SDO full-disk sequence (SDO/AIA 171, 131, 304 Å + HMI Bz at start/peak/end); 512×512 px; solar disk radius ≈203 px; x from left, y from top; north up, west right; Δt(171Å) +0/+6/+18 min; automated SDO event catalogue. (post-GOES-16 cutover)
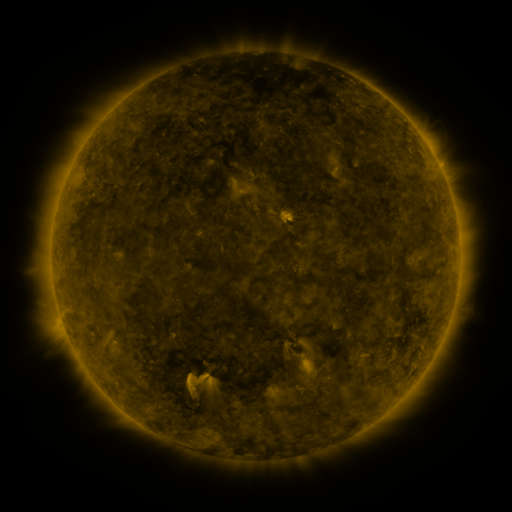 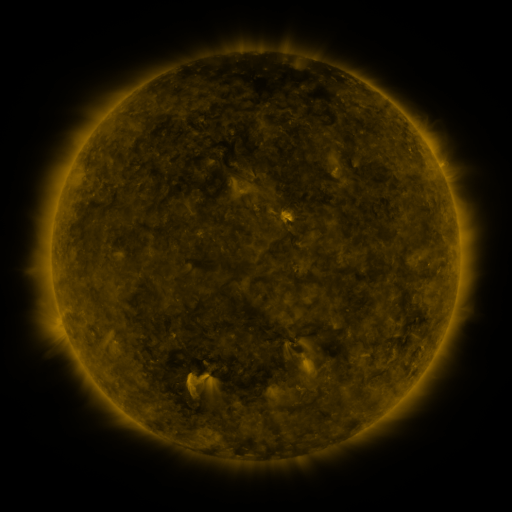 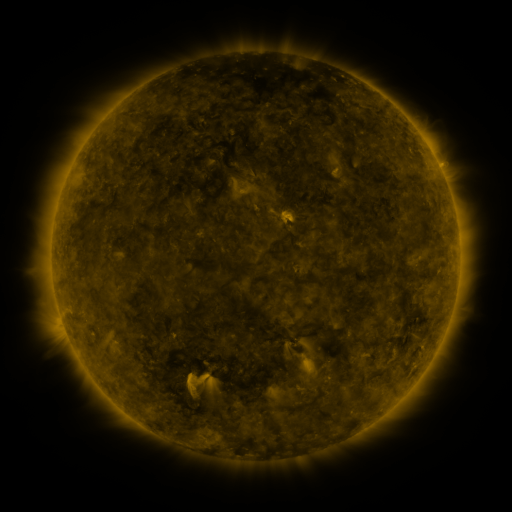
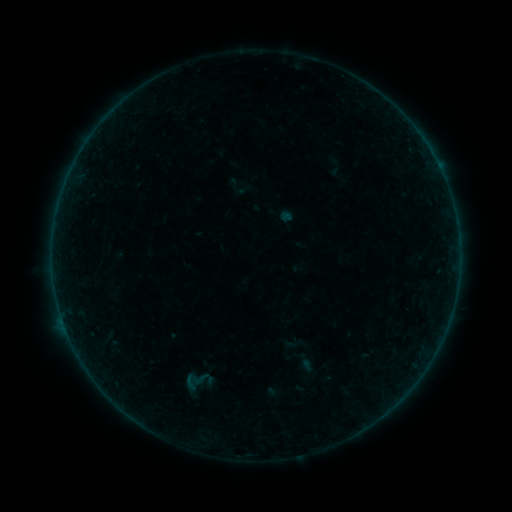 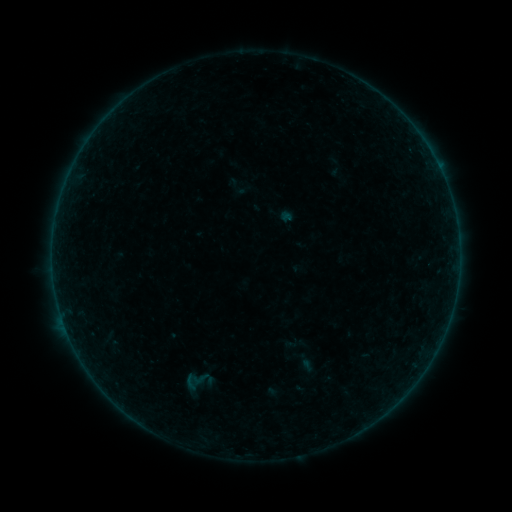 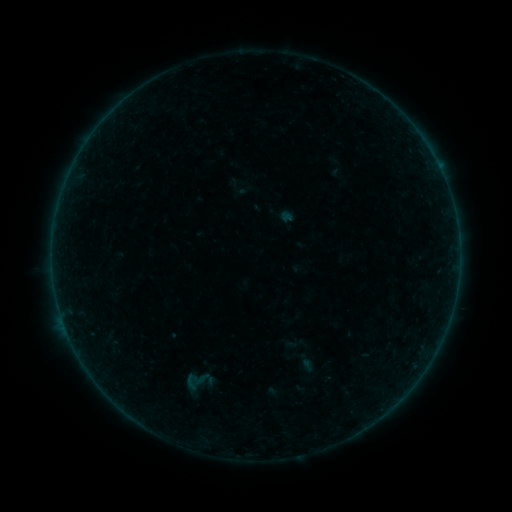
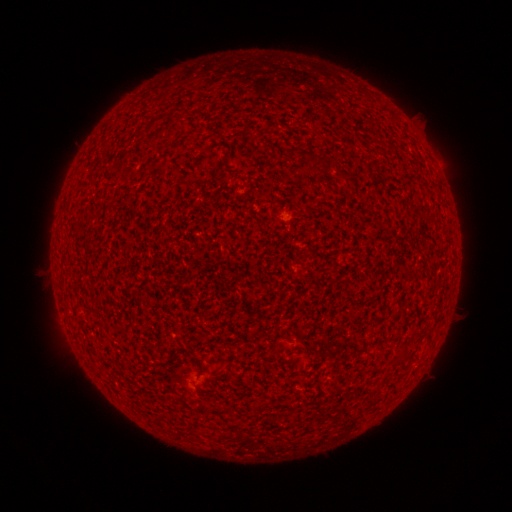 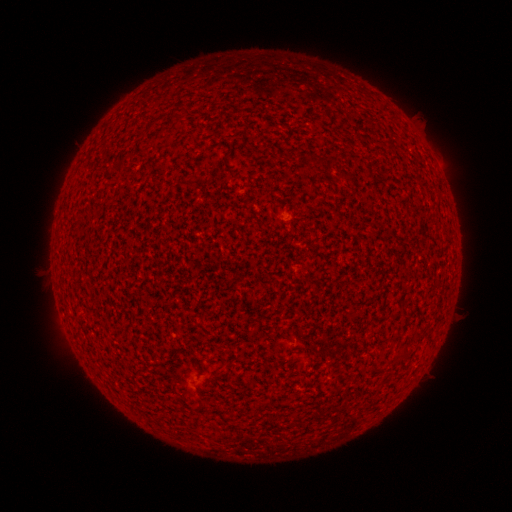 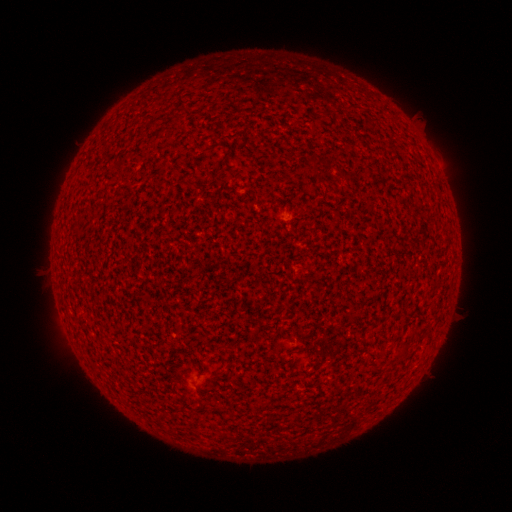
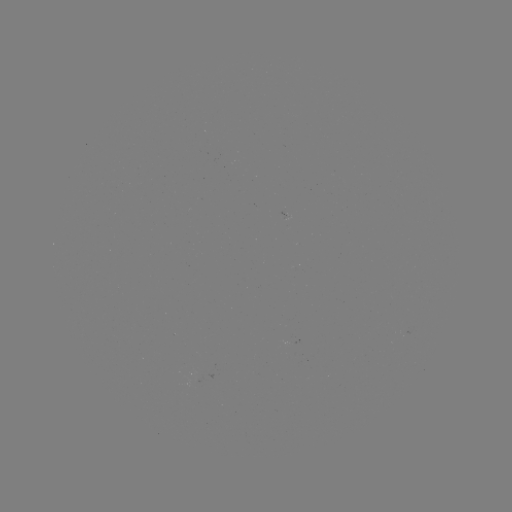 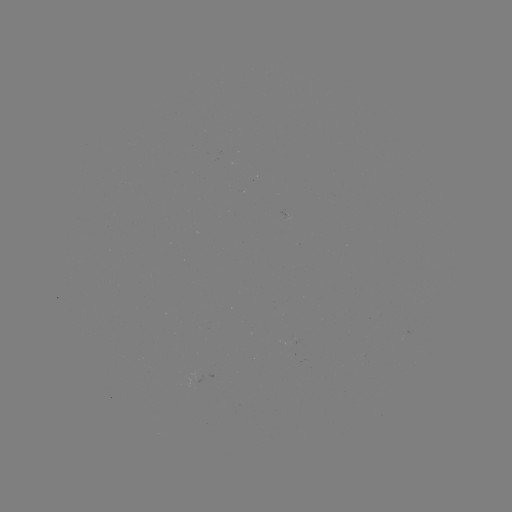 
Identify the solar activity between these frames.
no flare in any classed list; no EUV-trigger detection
